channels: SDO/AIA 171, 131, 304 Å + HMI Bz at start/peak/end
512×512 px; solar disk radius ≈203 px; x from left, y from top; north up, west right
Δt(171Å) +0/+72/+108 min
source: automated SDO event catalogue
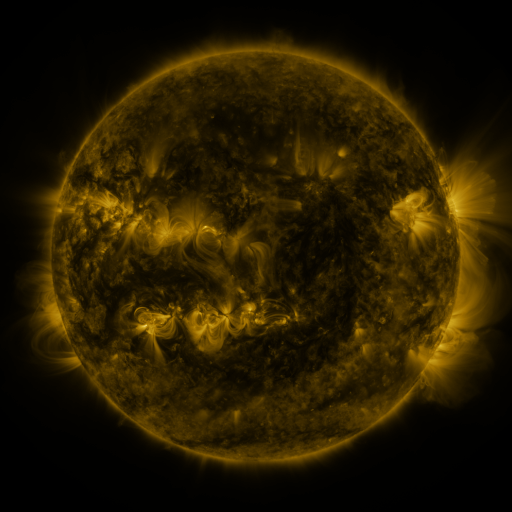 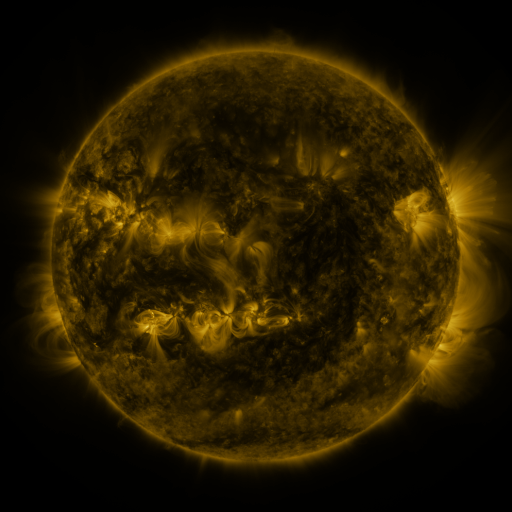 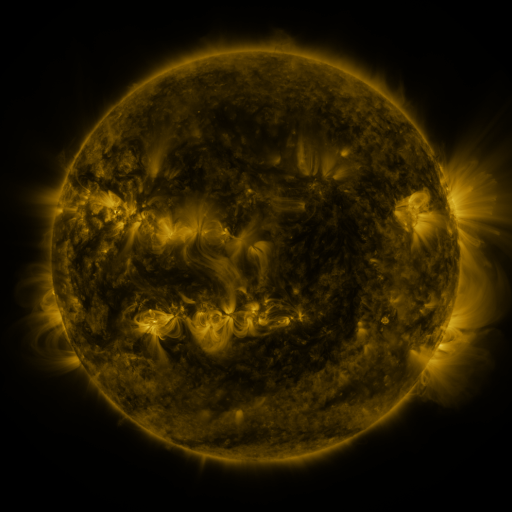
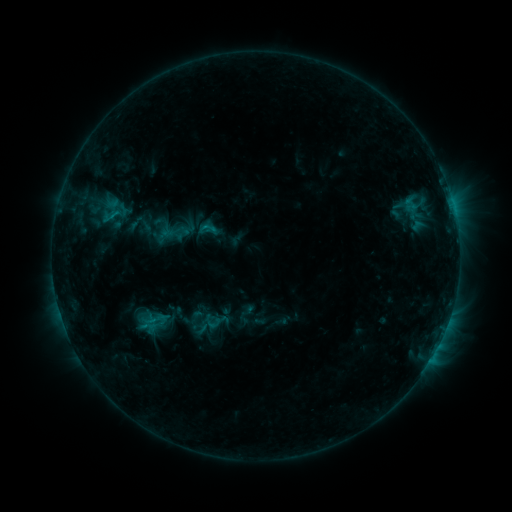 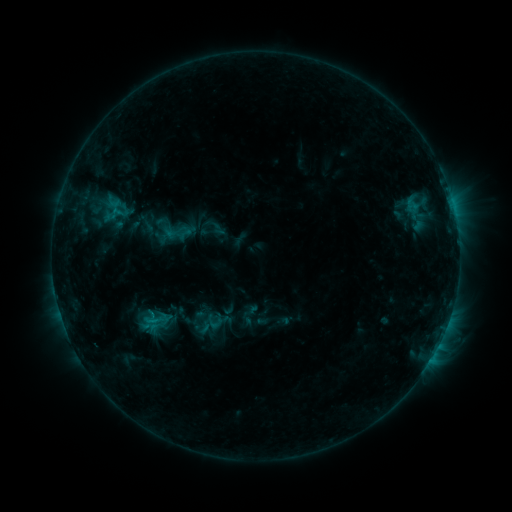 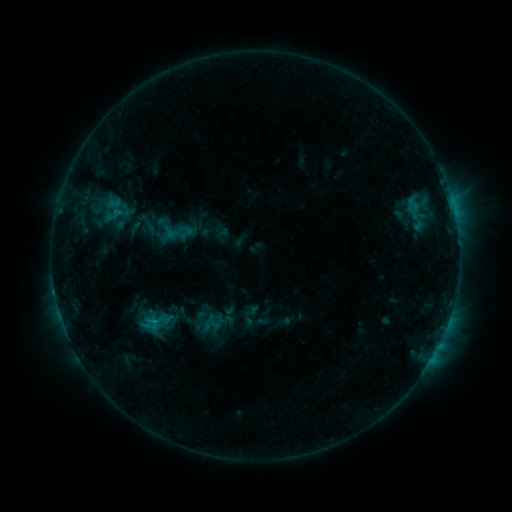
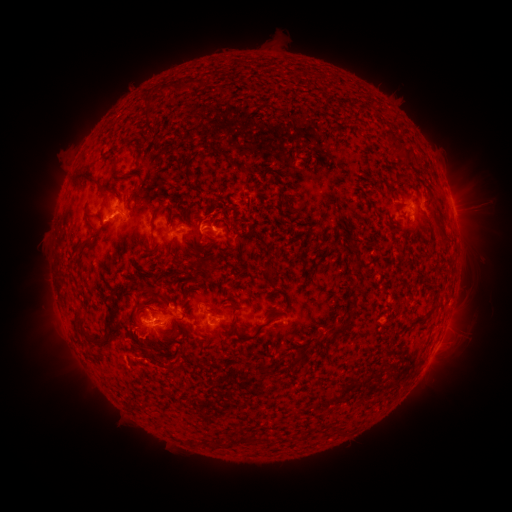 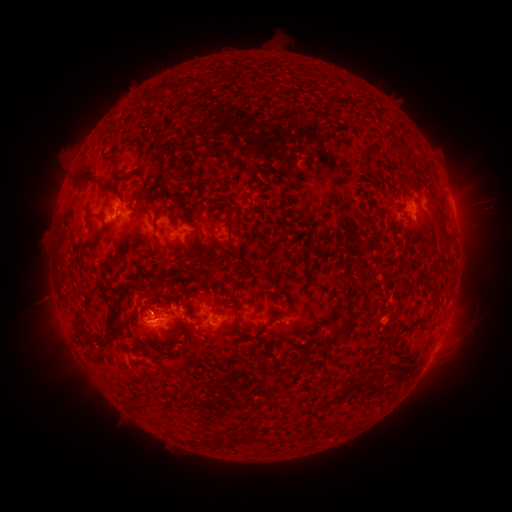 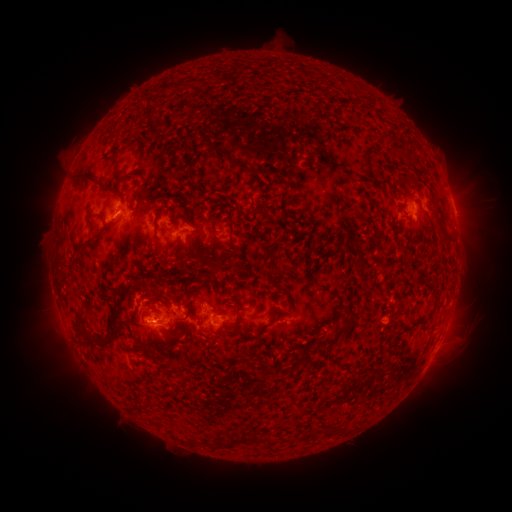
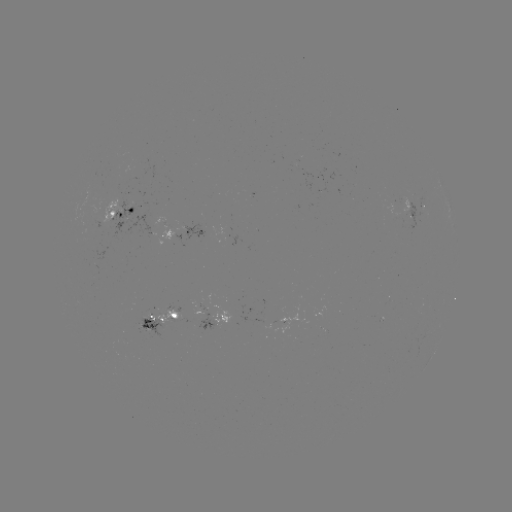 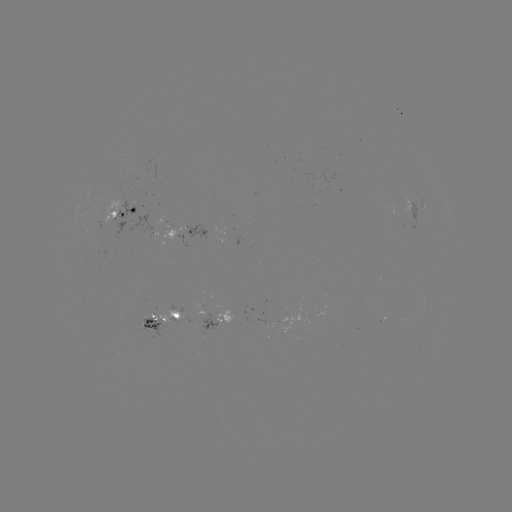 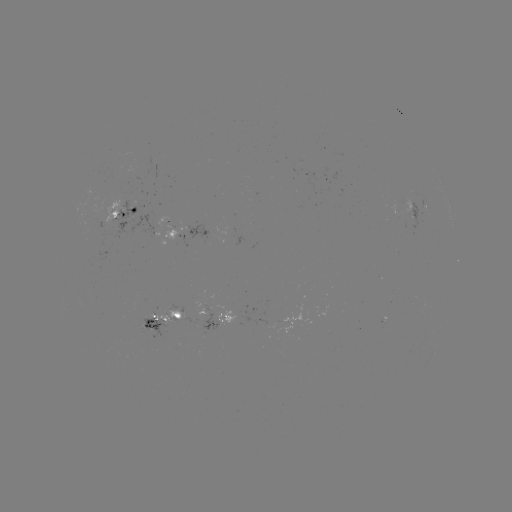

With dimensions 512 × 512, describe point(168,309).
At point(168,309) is emerging-flux region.